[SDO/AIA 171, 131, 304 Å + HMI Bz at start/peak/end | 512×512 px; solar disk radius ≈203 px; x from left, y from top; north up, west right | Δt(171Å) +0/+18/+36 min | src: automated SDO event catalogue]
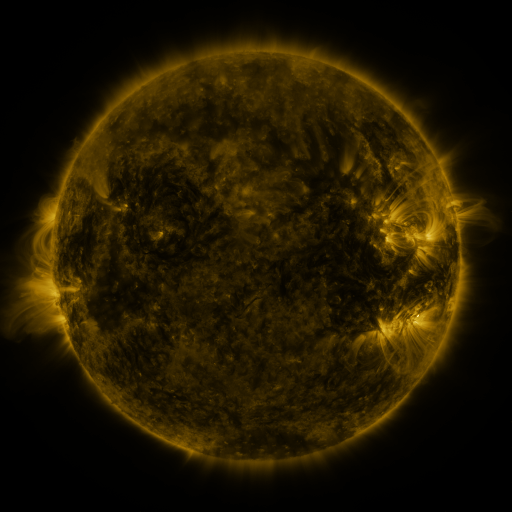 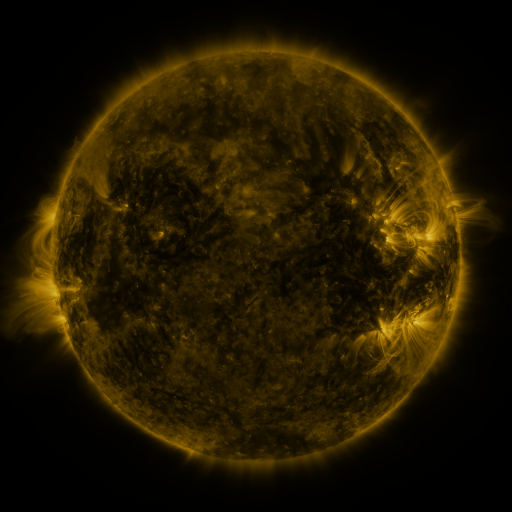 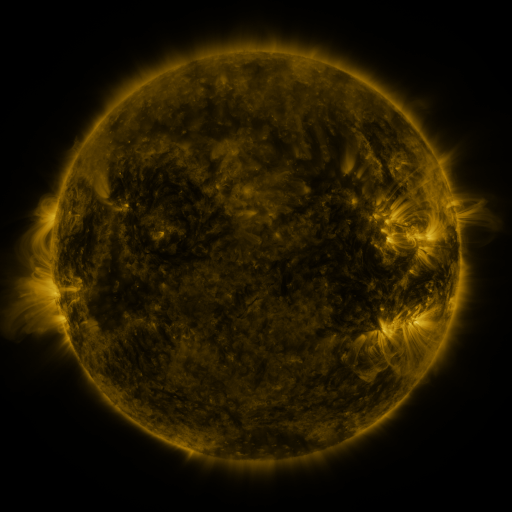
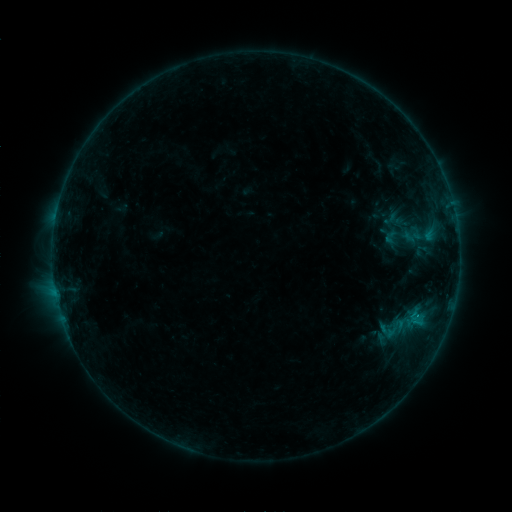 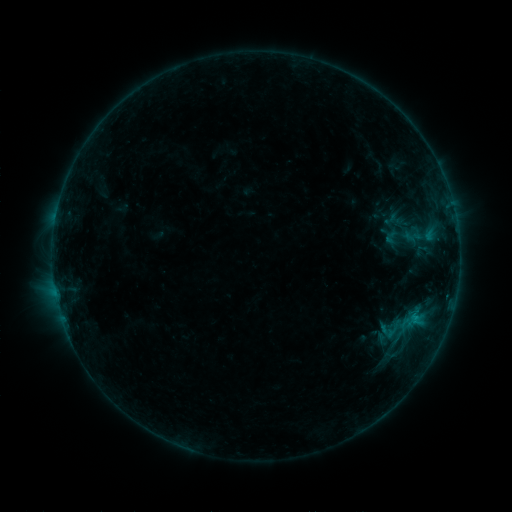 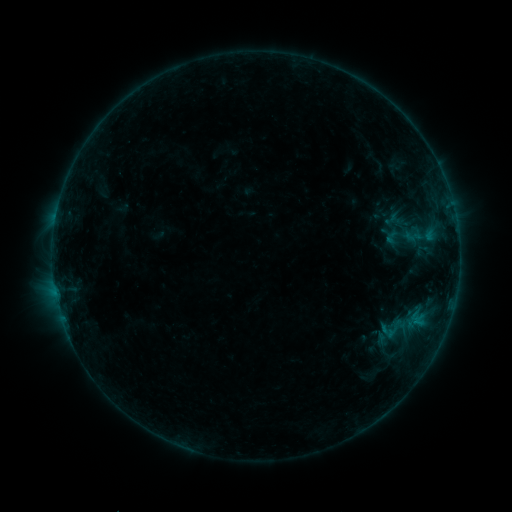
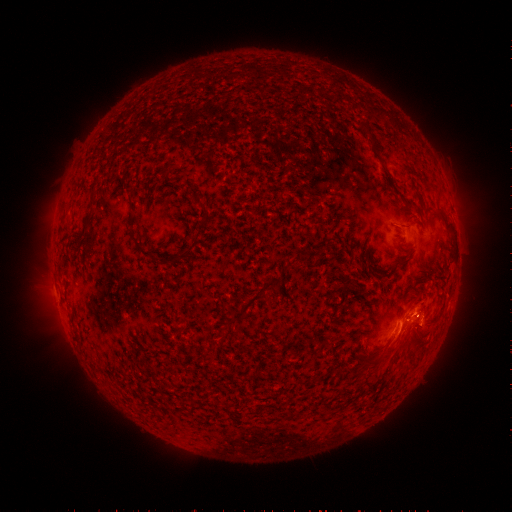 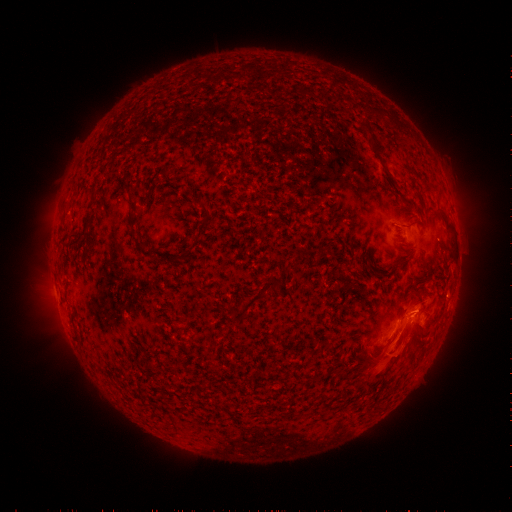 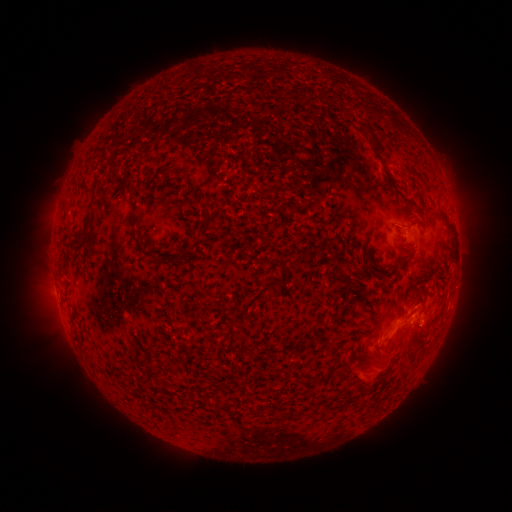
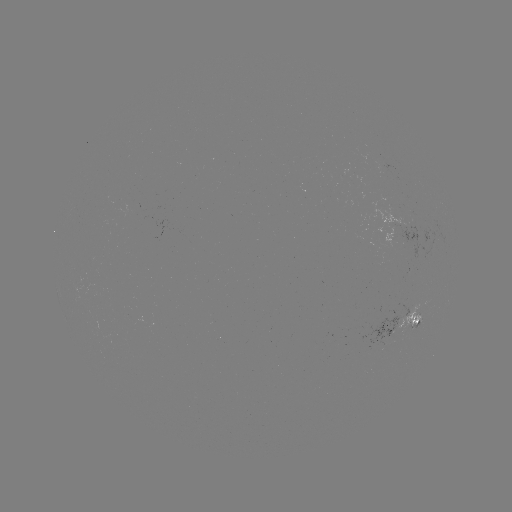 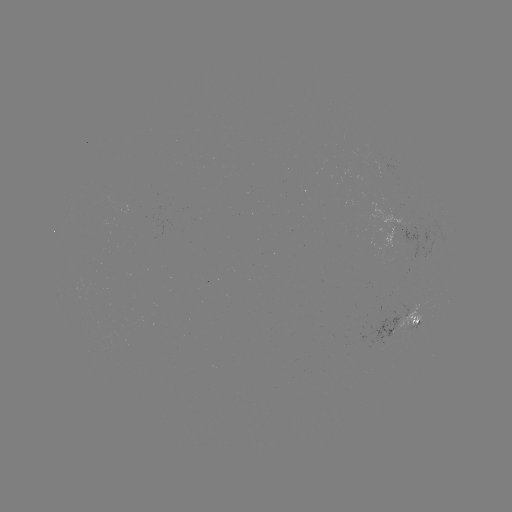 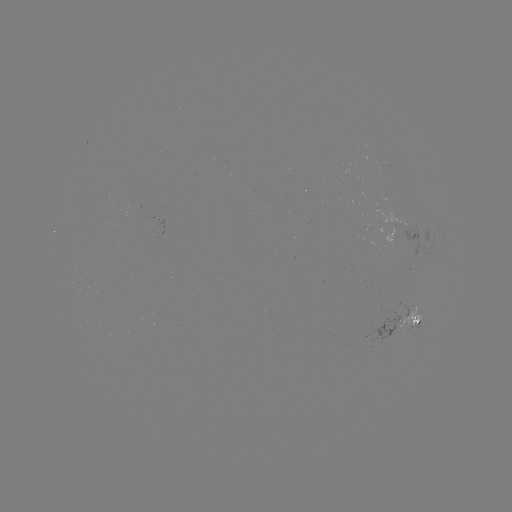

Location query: eruption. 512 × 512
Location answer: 402,351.